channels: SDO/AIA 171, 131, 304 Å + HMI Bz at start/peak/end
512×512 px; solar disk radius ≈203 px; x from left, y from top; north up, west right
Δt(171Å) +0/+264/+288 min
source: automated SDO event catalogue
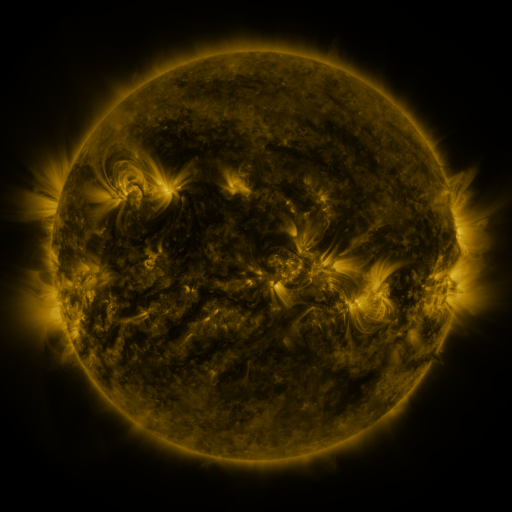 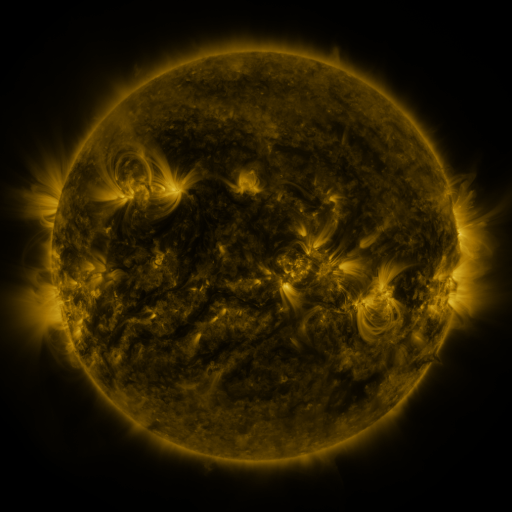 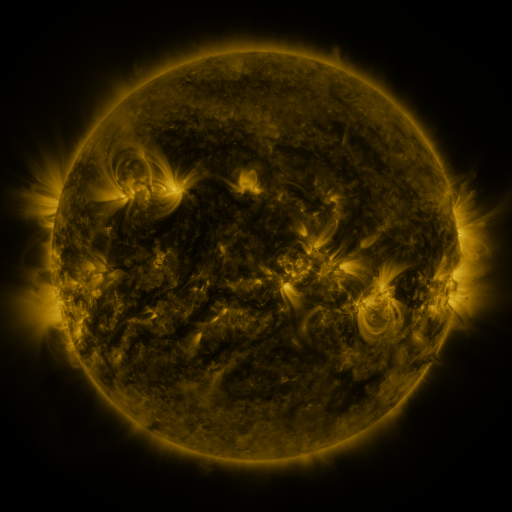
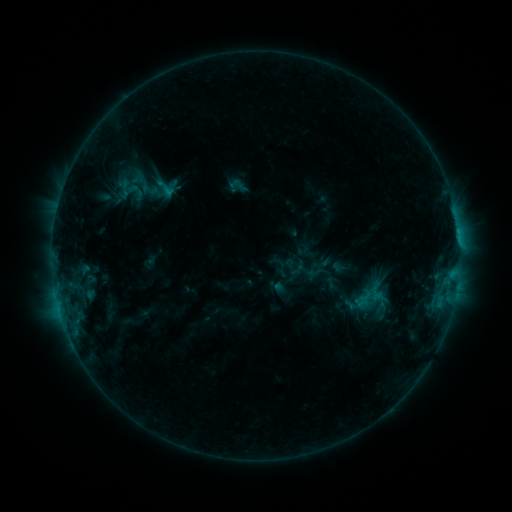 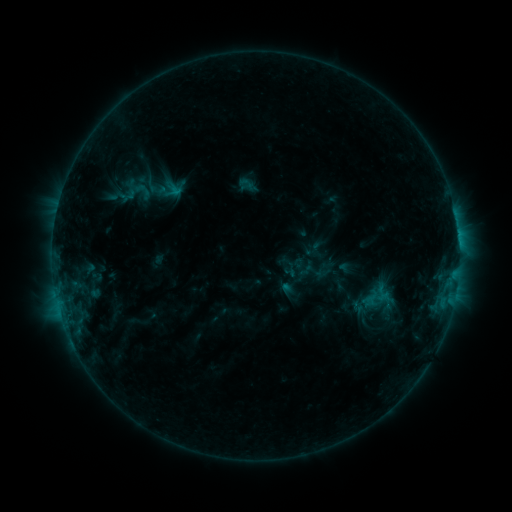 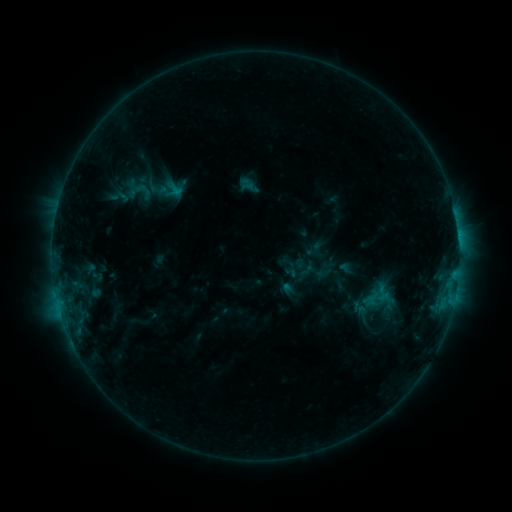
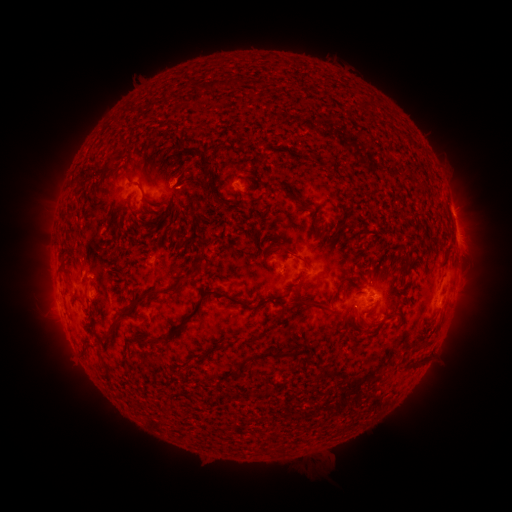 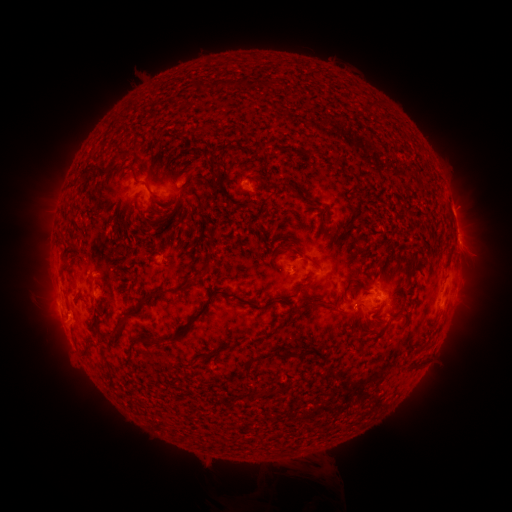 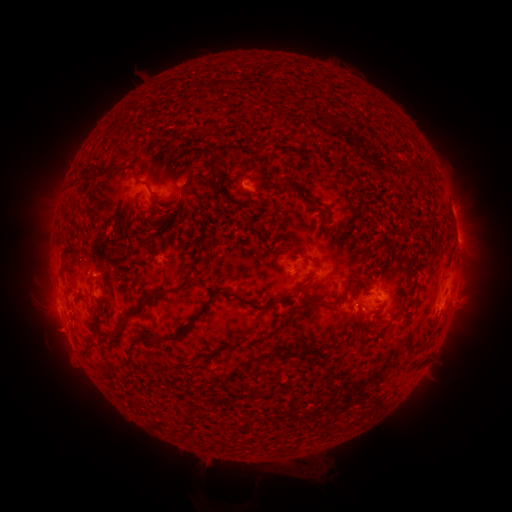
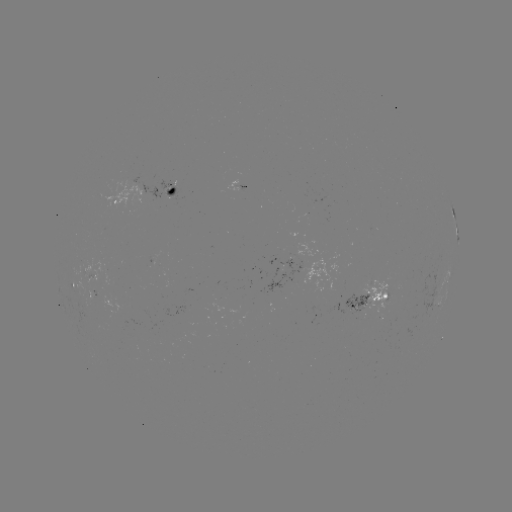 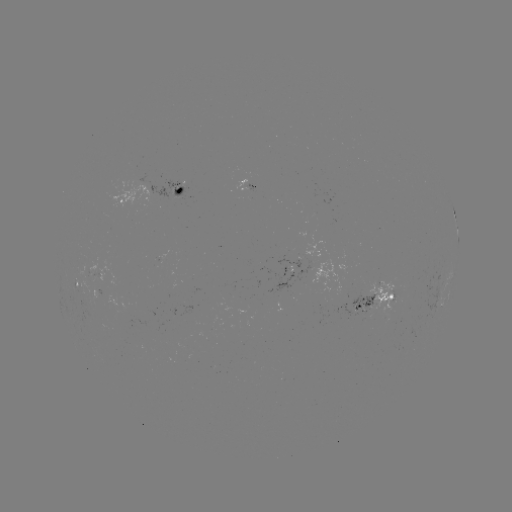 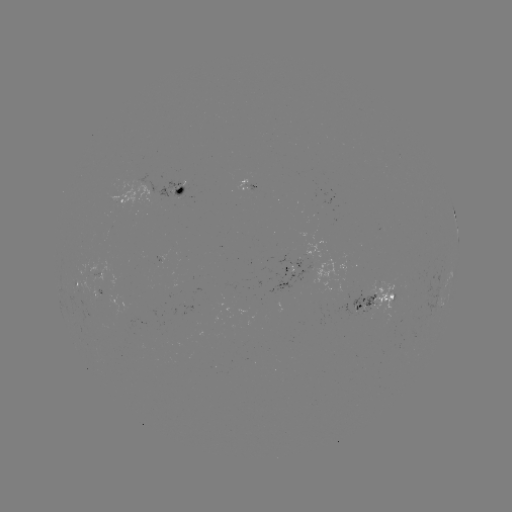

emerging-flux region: [78, 265, 89, 275]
